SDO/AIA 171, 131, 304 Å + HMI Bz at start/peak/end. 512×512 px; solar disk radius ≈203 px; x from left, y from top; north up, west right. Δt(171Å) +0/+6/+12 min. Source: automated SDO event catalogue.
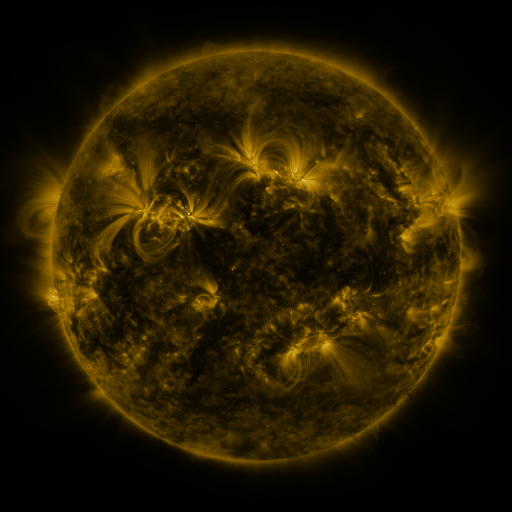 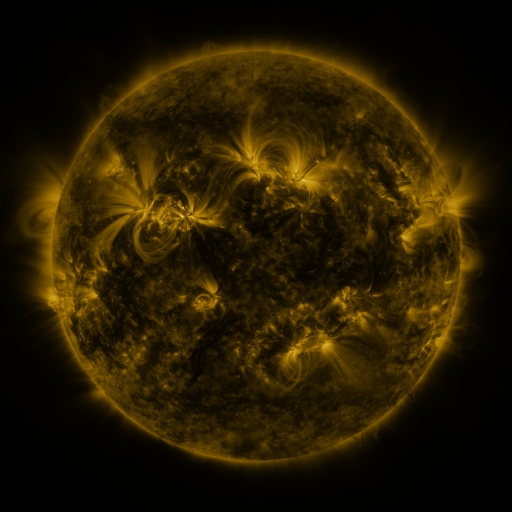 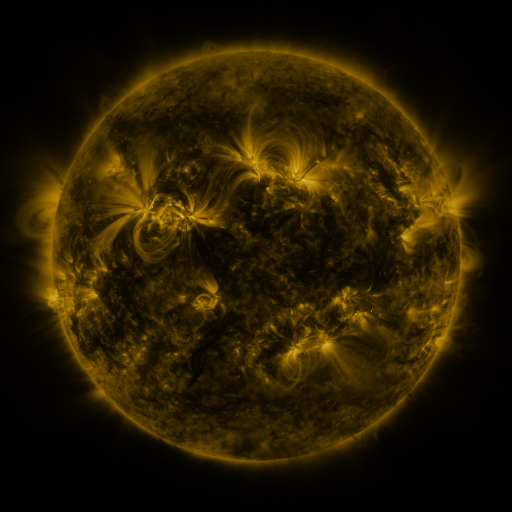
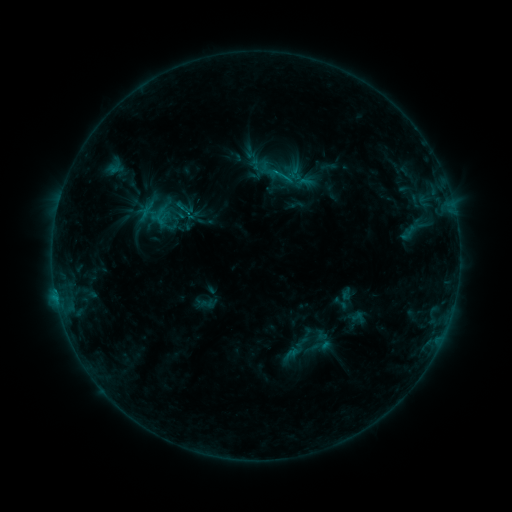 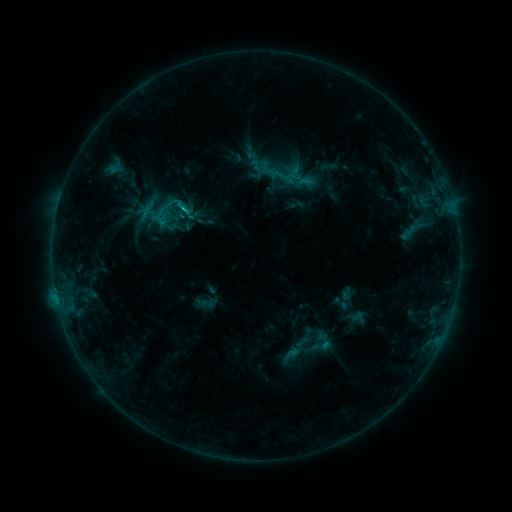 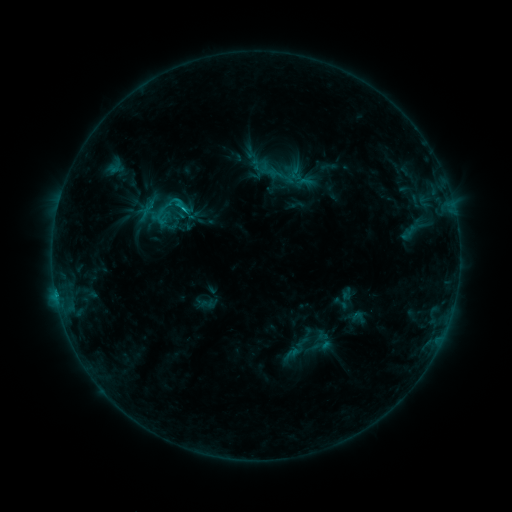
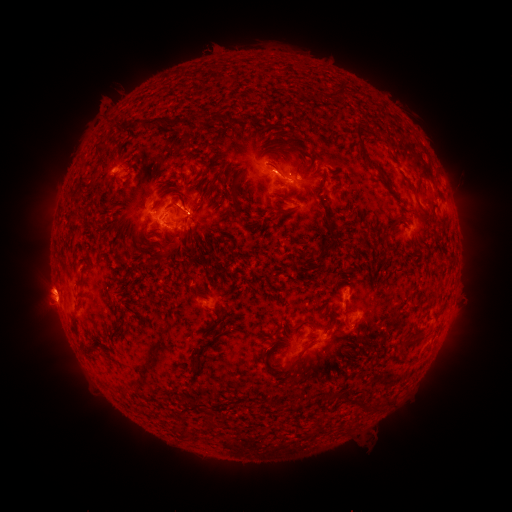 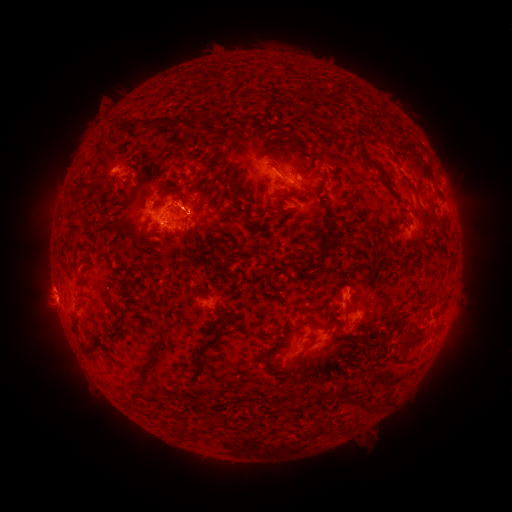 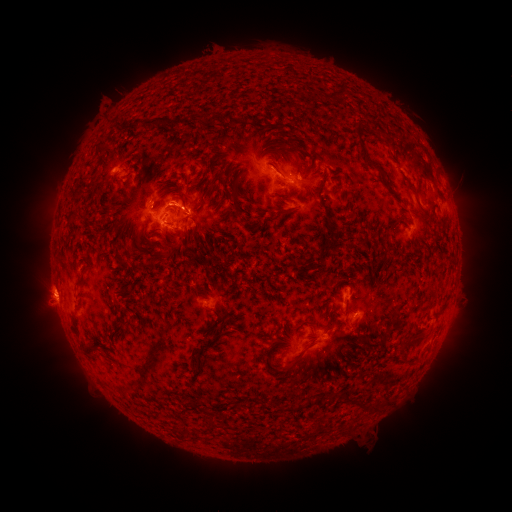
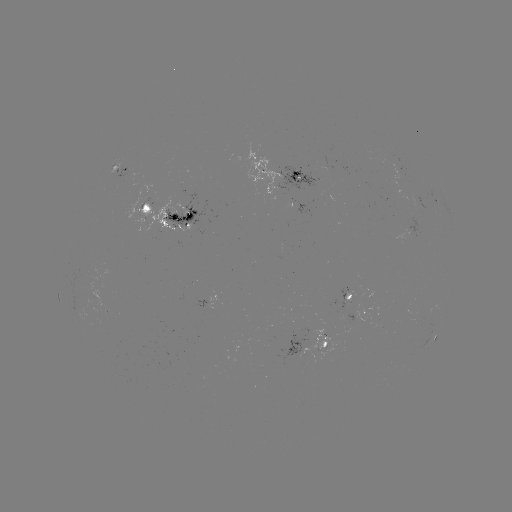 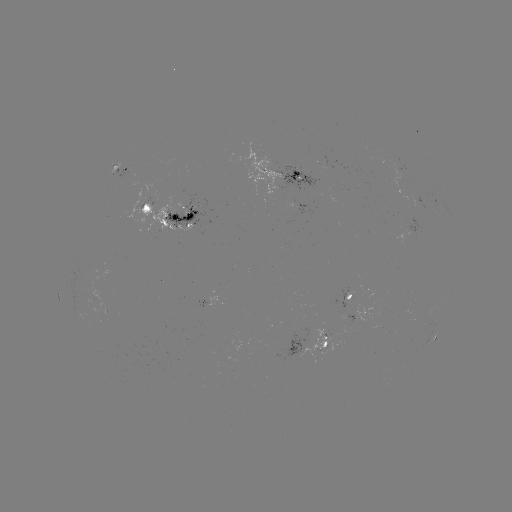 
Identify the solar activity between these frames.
C1.4 flare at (187, 209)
